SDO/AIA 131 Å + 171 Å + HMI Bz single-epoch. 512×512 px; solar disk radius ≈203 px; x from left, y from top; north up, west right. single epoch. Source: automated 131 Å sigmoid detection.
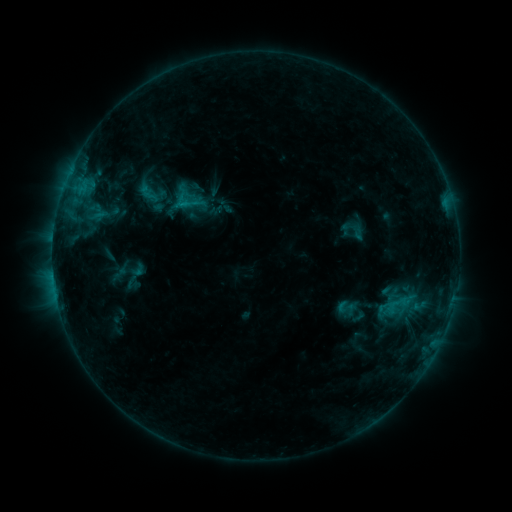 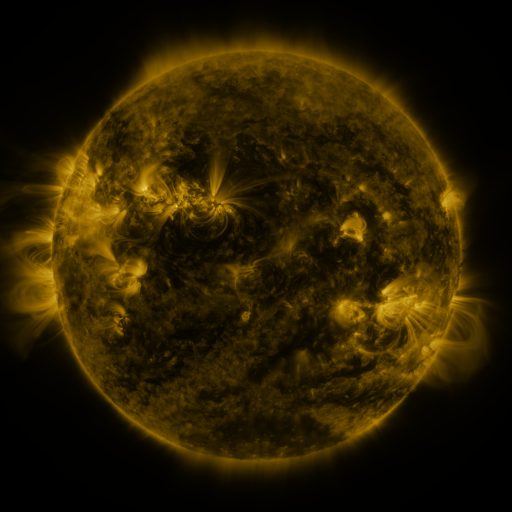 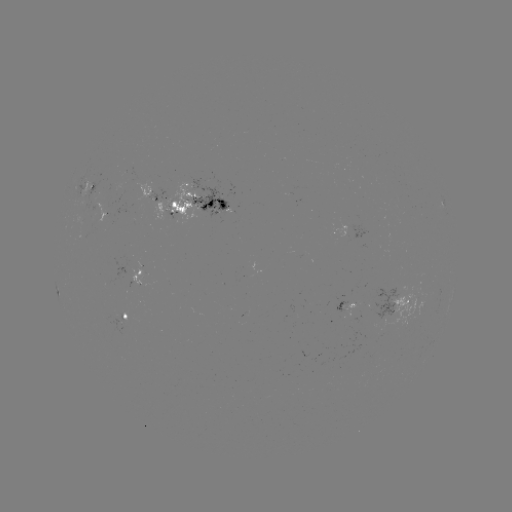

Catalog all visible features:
sigmoid: (398, 305)
